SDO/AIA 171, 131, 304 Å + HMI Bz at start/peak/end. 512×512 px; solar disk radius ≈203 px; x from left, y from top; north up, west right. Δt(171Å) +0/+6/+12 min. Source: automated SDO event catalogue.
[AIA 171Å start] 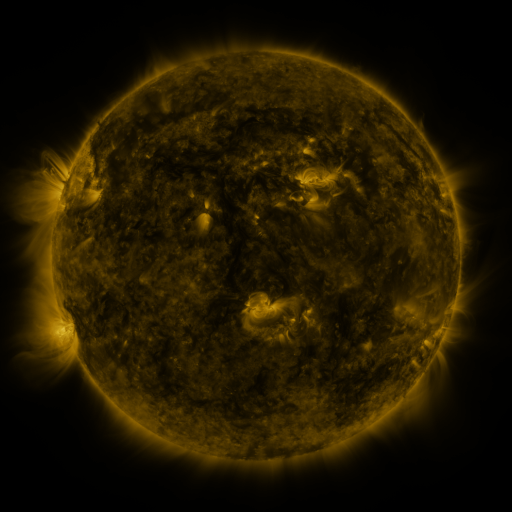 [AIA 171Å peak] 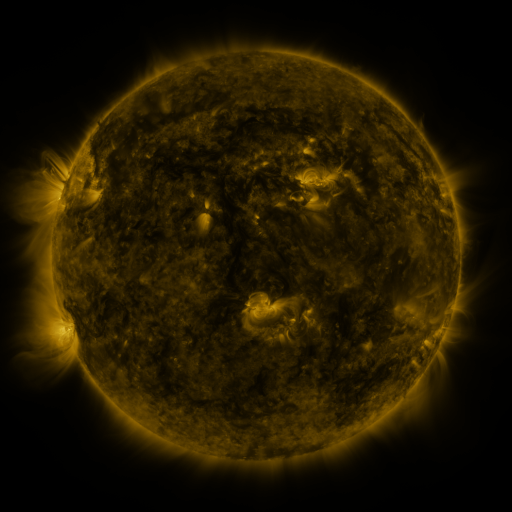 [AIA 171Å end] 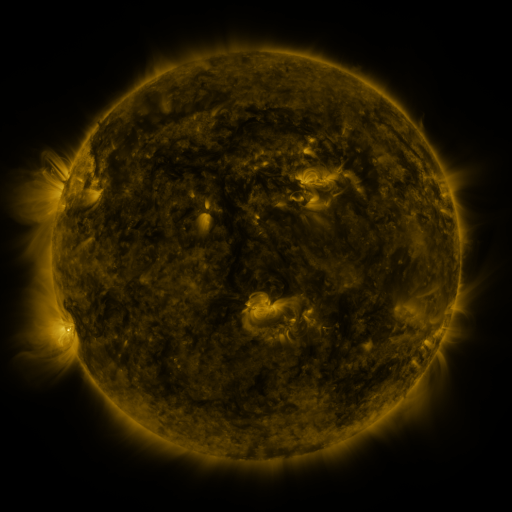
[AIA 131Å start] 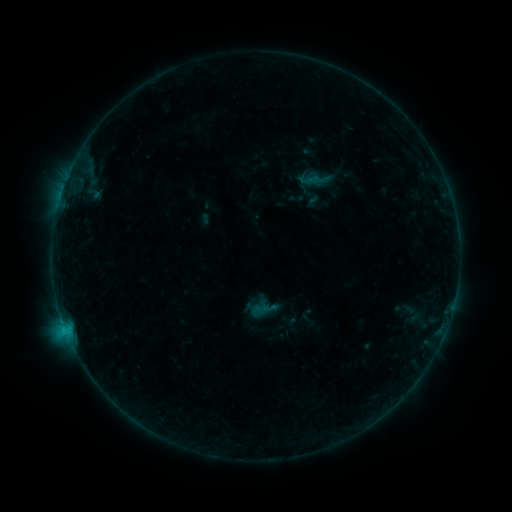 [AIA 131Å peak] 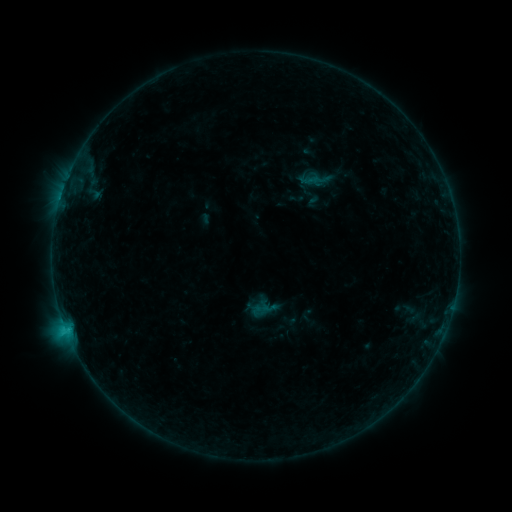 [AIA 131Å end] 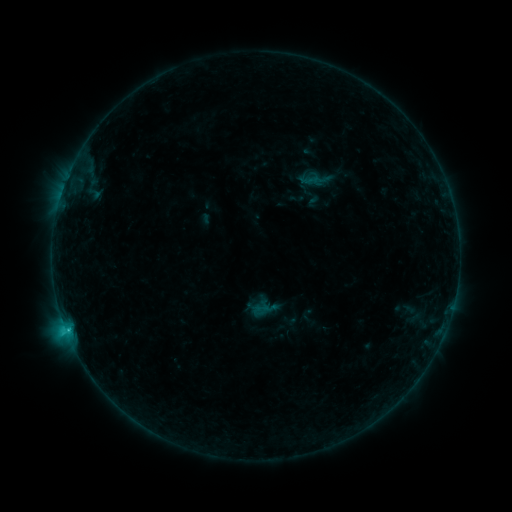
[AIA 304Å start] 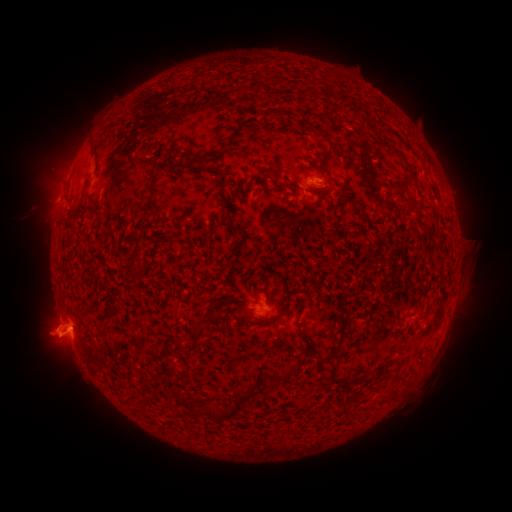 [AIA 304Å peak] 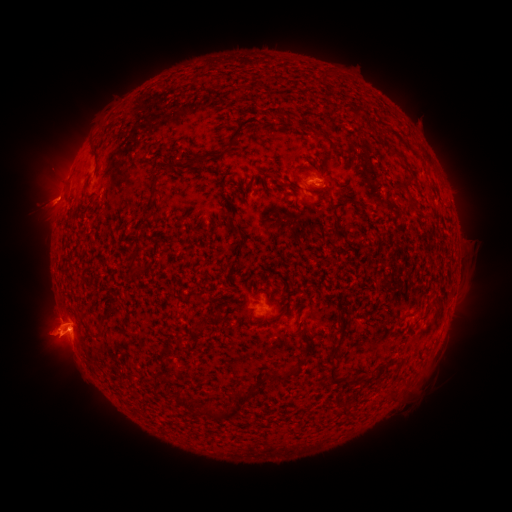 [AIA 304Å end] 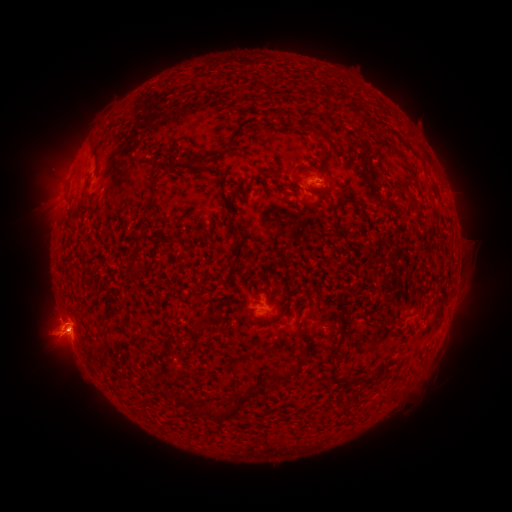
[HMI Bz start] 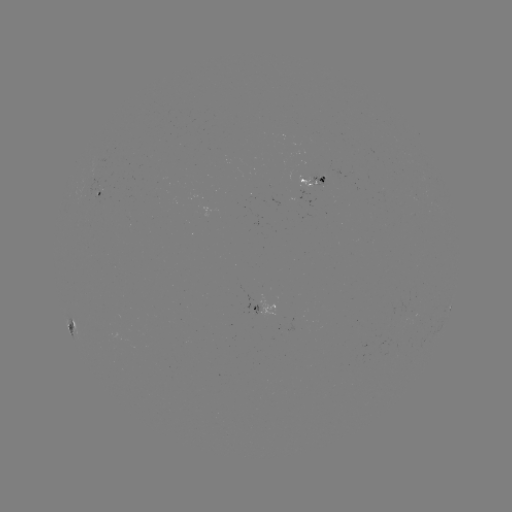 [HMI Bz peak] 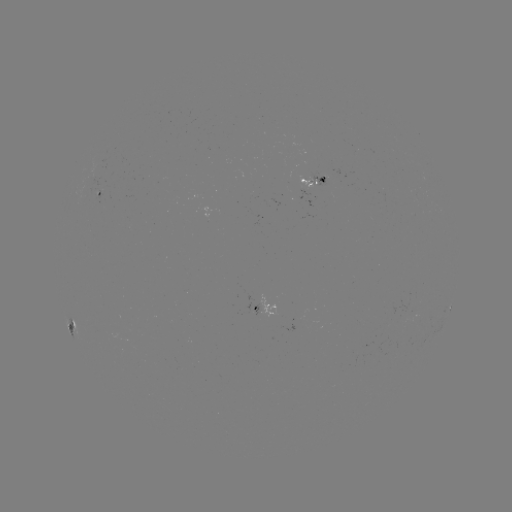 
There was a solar eruption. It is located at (45, 202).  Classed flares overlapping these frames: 1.